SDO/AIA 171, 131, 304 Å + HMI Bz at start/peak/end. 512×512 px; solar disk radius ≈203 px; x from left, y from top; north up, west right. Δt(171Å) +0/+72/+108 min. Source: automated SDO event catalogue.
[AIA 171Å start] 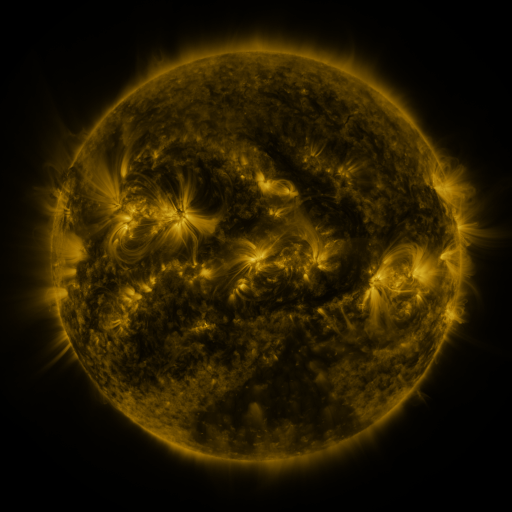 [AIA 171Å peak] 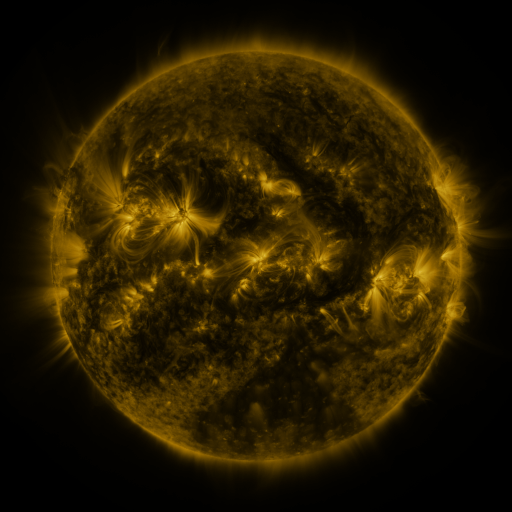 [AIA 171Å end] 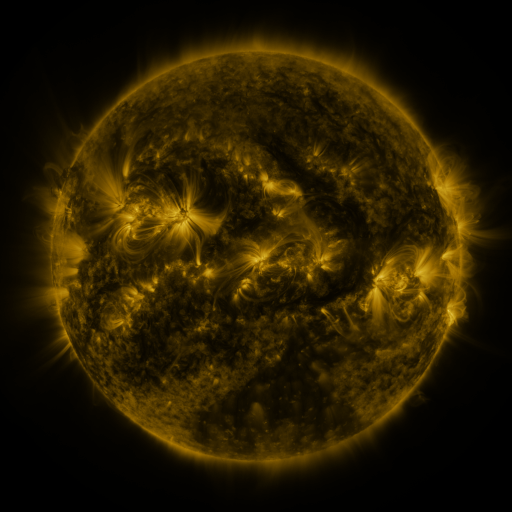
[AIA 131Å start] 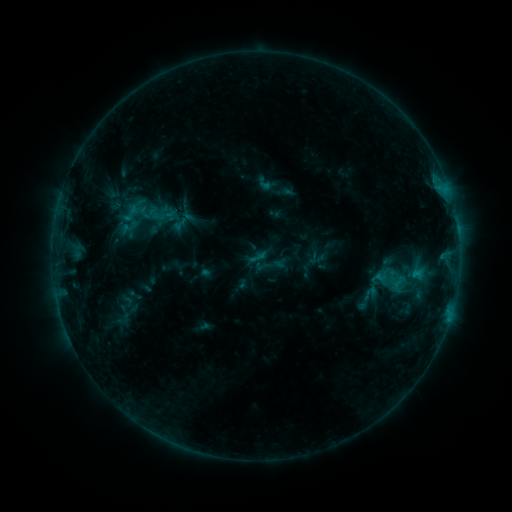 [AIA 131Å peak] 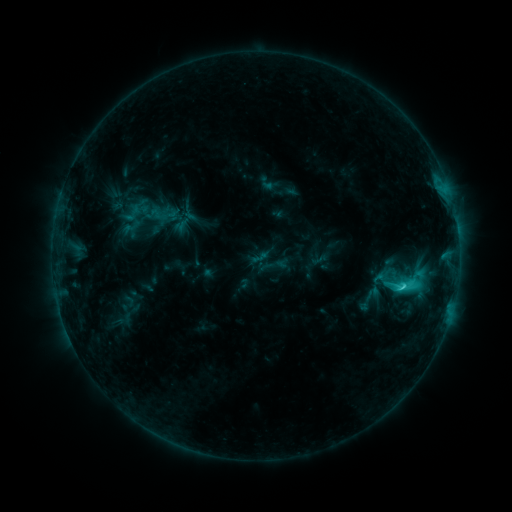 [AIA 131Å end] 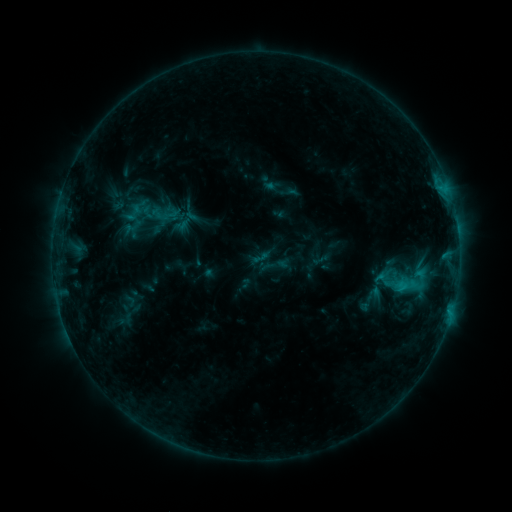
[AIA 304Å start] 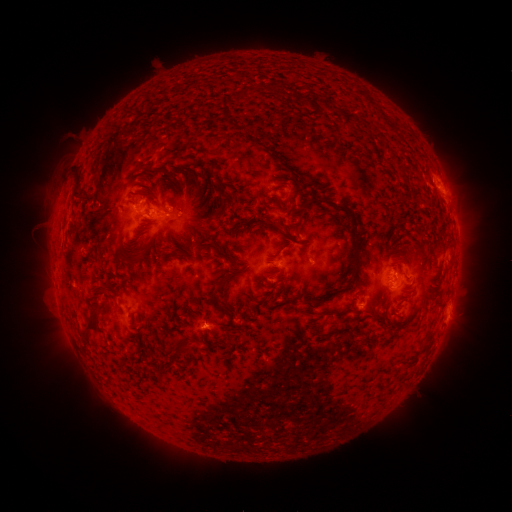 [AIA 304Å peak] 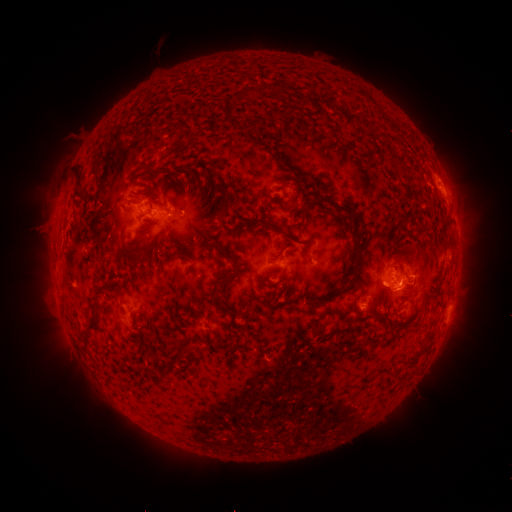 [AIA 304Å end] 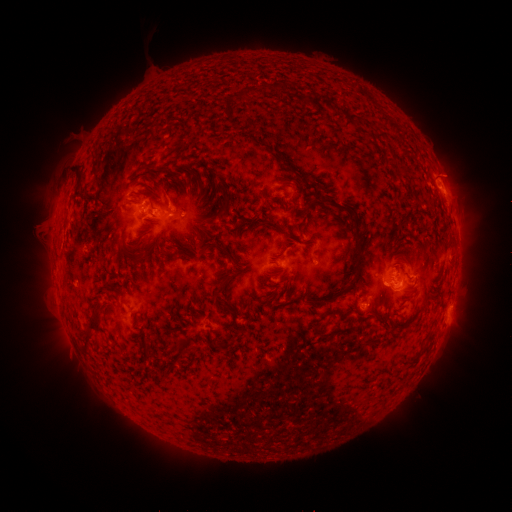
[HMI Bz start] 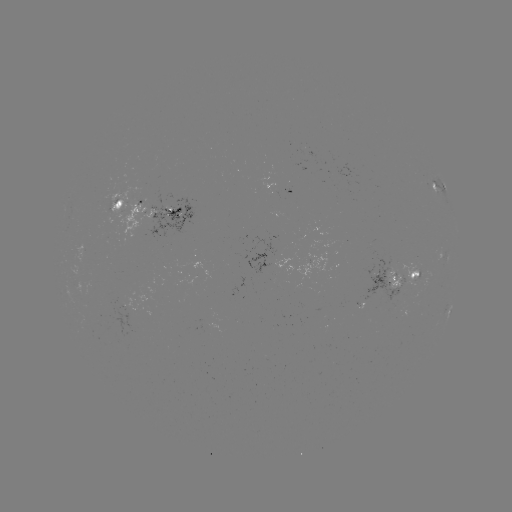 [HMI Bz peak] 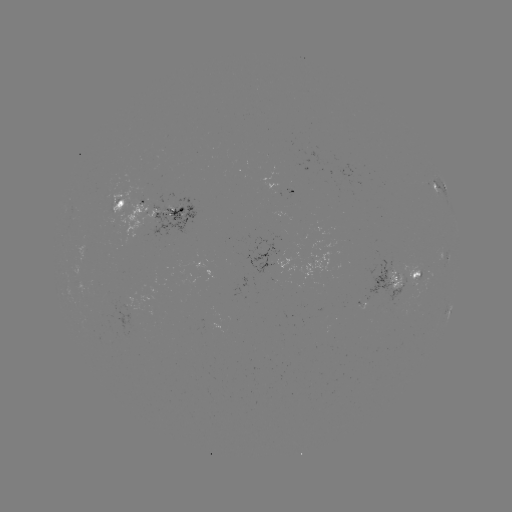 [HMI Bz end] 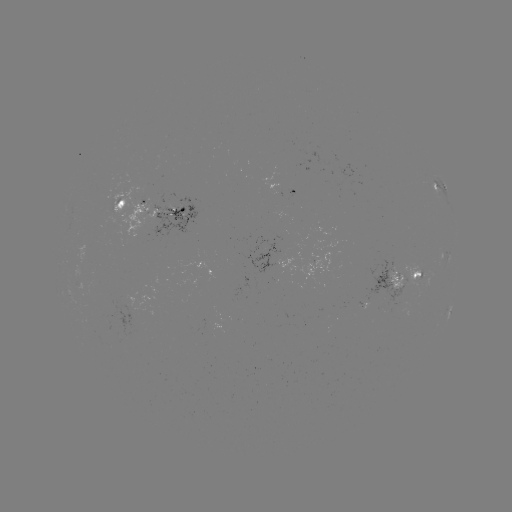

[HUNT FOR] C2.8 flare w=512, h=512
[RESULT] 401,283